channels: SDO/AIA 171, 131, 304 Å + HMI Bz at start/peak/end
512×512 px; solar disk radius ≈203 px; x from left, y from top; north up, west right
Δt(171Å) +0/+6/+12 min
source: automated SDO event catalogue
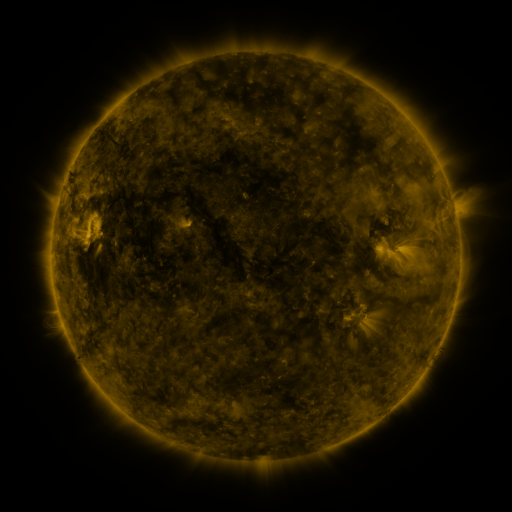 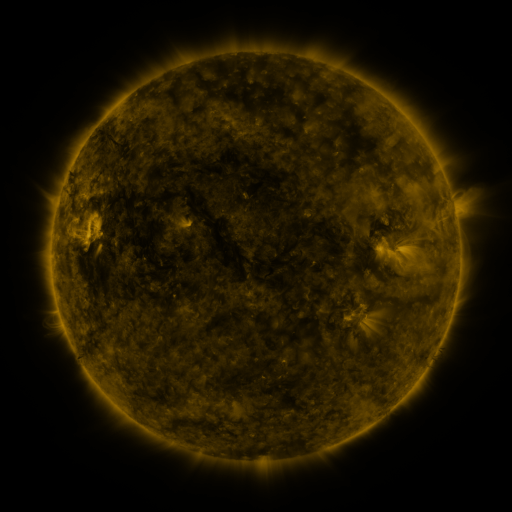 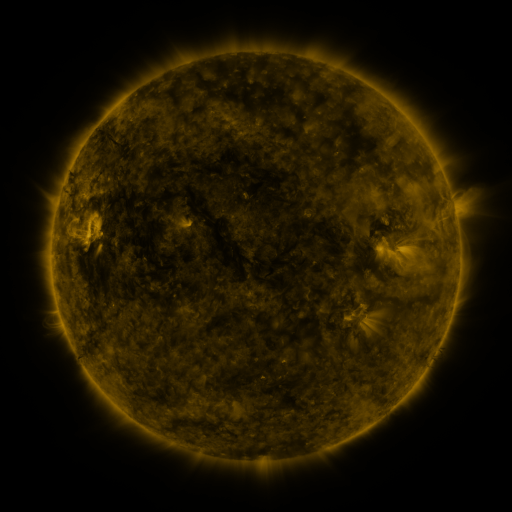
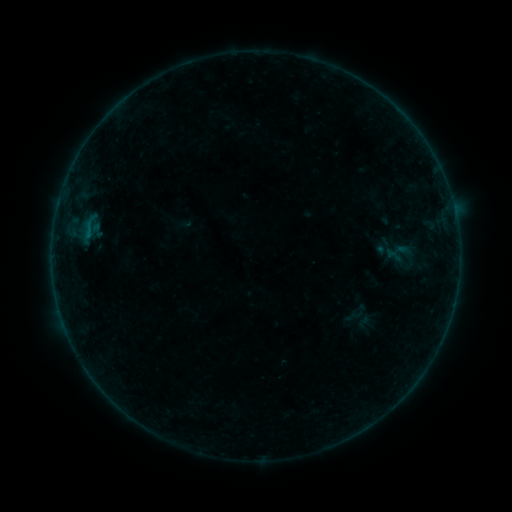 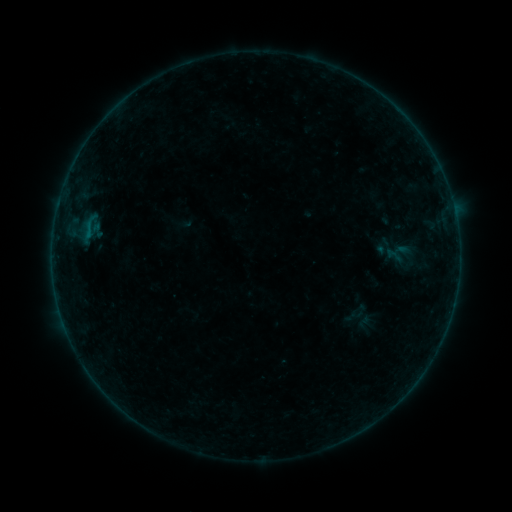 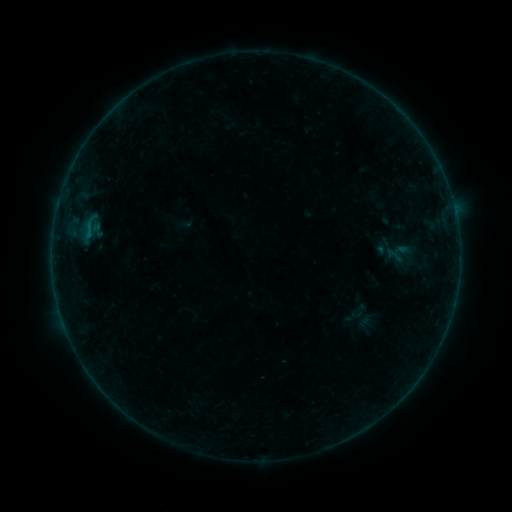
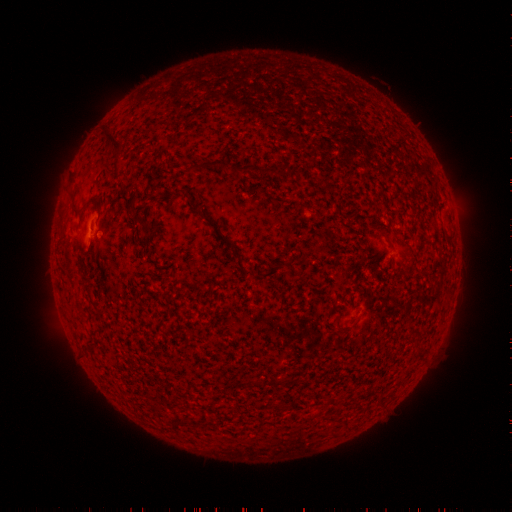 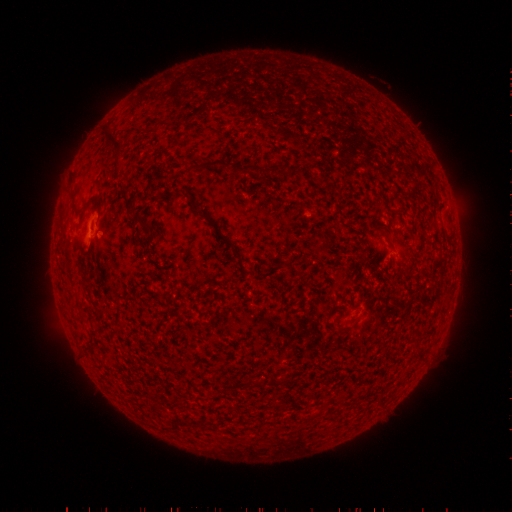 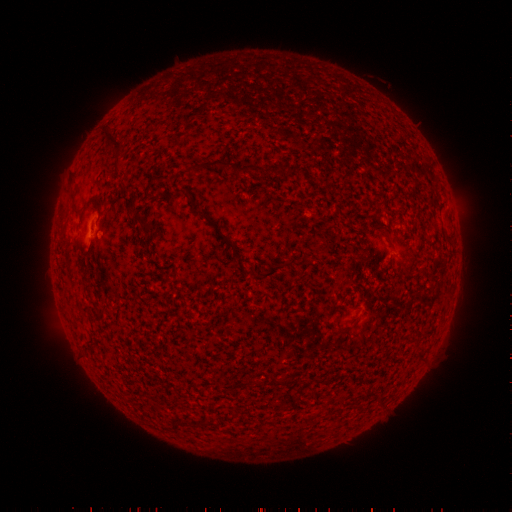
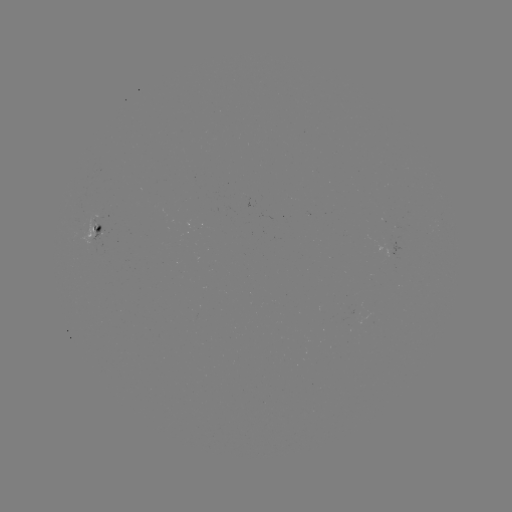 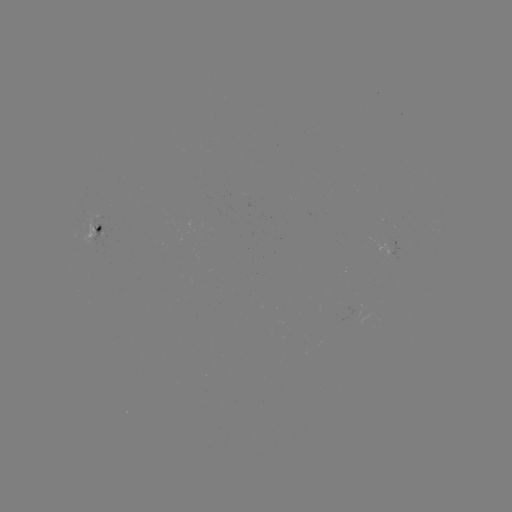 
nothing was catalogued: no classed flare, no EUV trigger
